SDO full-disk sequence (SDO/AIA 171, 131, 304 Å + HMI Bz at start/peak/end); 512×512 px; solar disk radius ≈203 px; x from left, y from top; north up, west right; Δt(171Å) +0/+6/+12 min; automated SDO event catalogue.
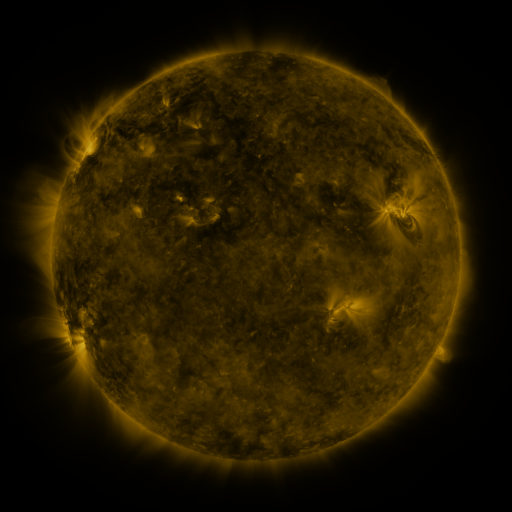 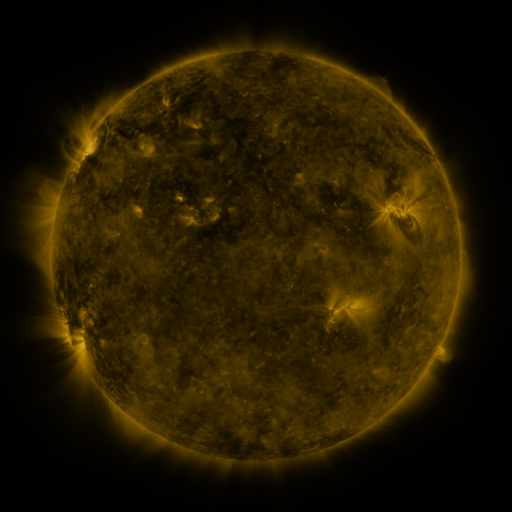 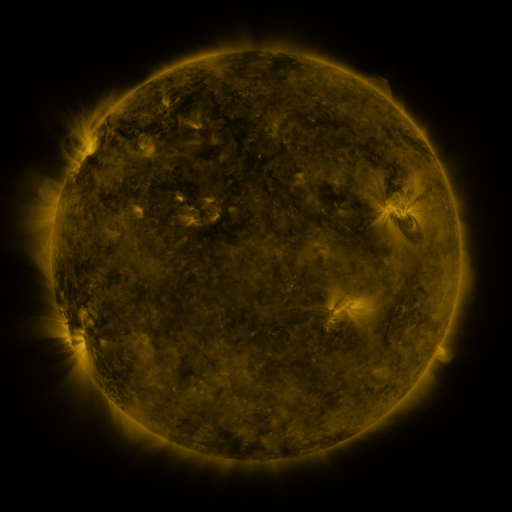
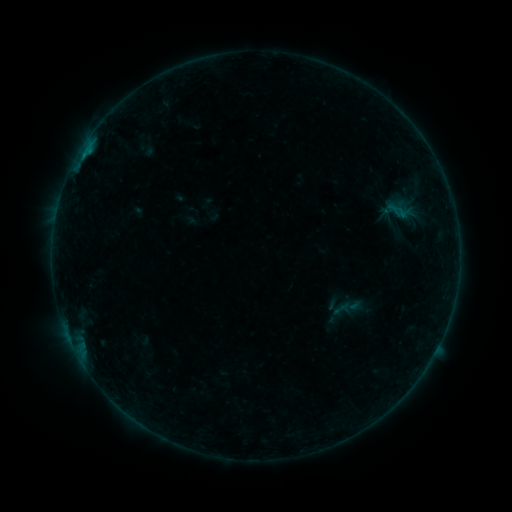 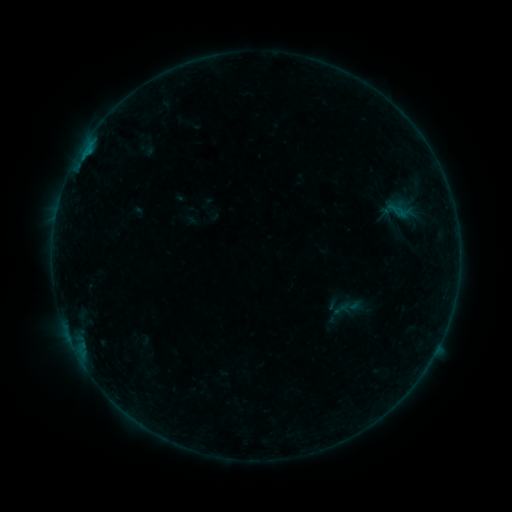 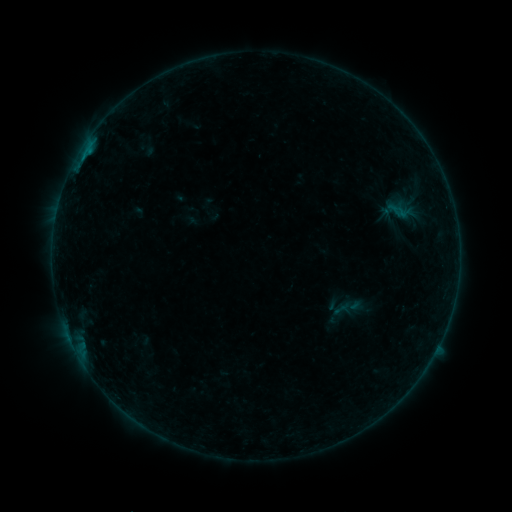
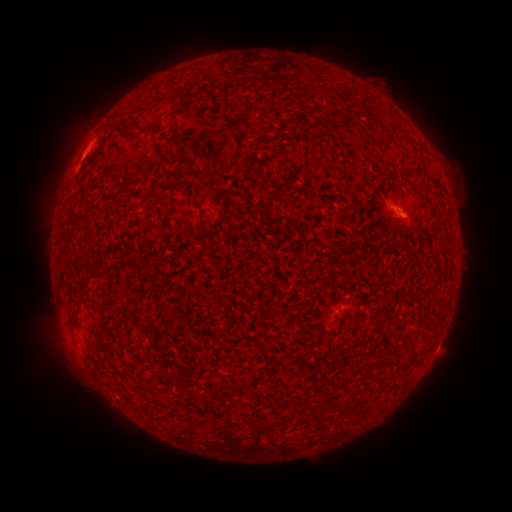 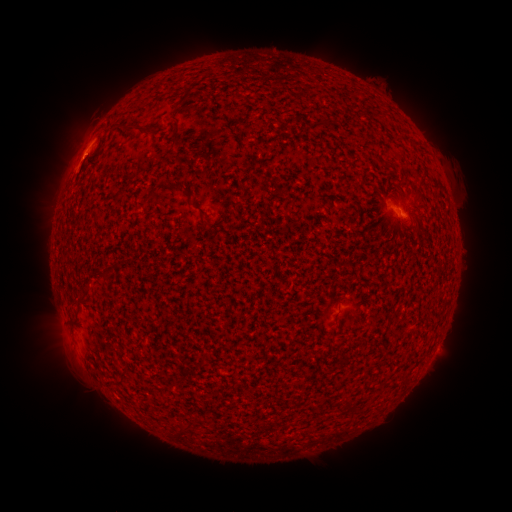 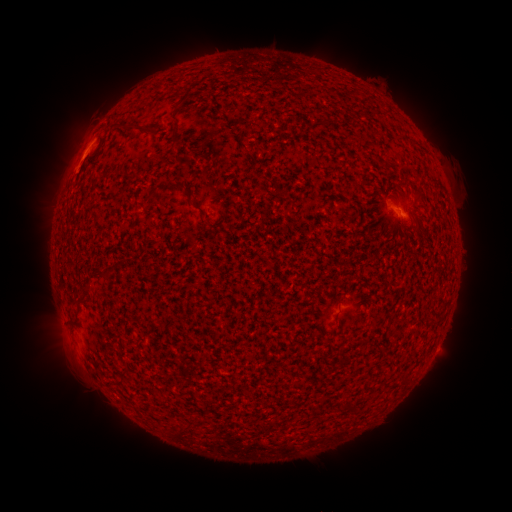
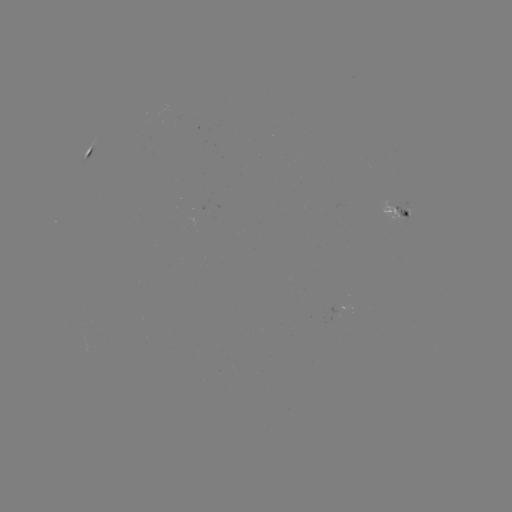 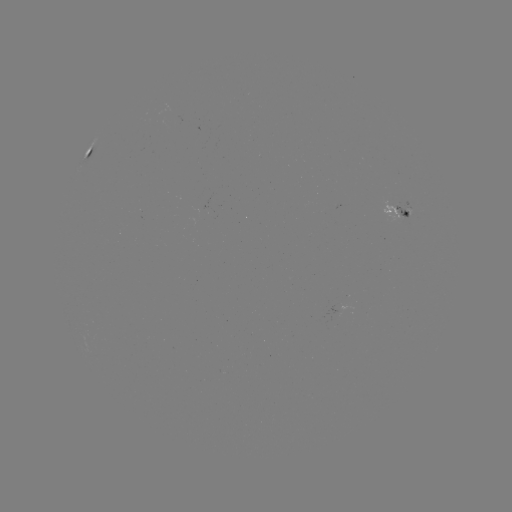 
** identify B2.7 flare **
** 82,161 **